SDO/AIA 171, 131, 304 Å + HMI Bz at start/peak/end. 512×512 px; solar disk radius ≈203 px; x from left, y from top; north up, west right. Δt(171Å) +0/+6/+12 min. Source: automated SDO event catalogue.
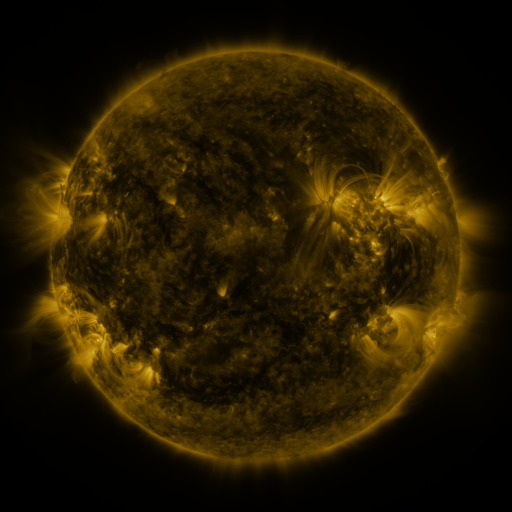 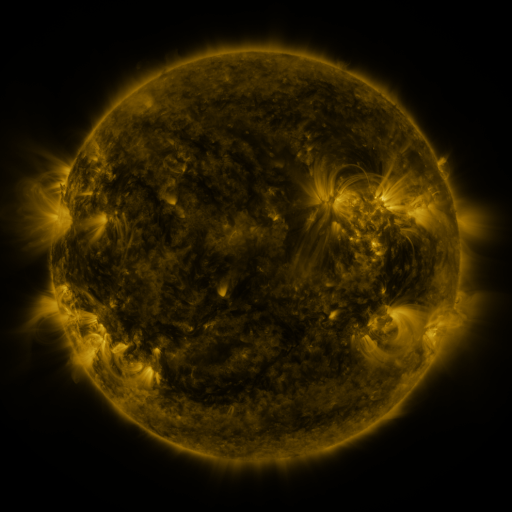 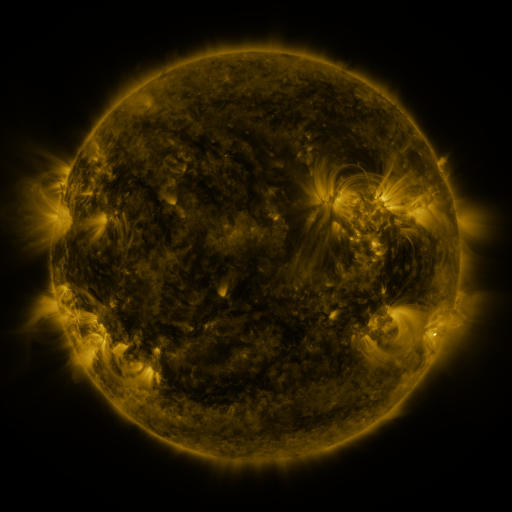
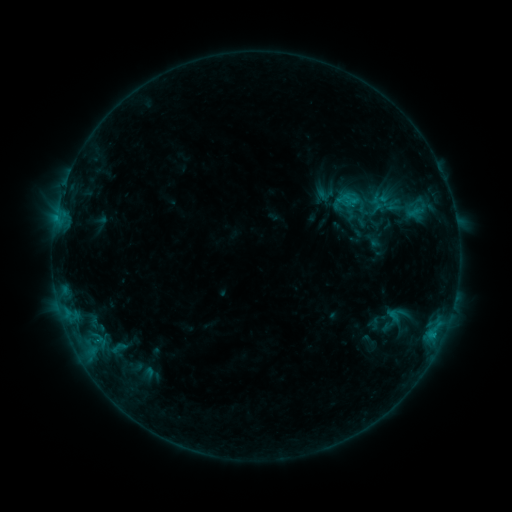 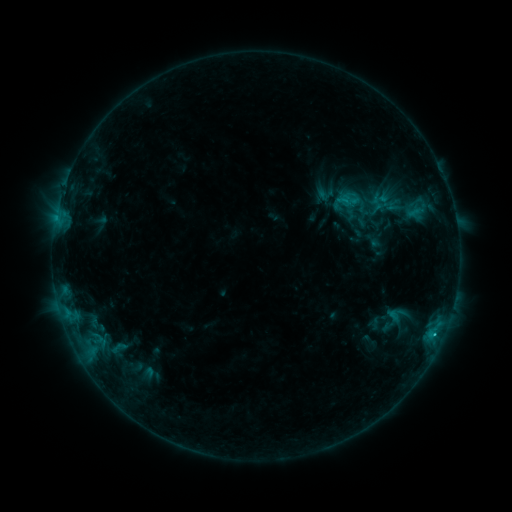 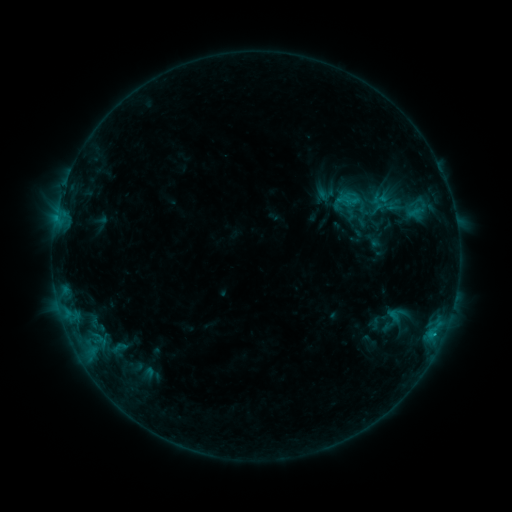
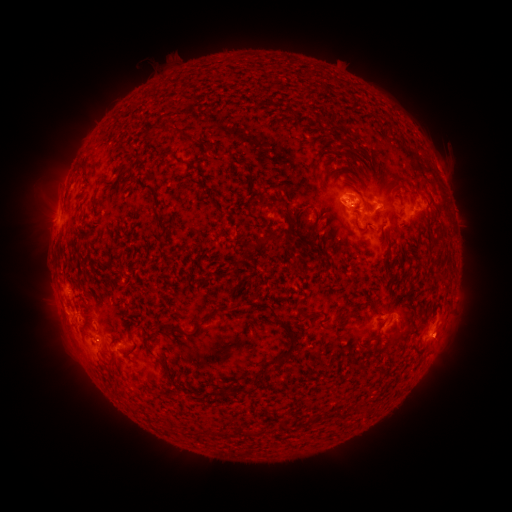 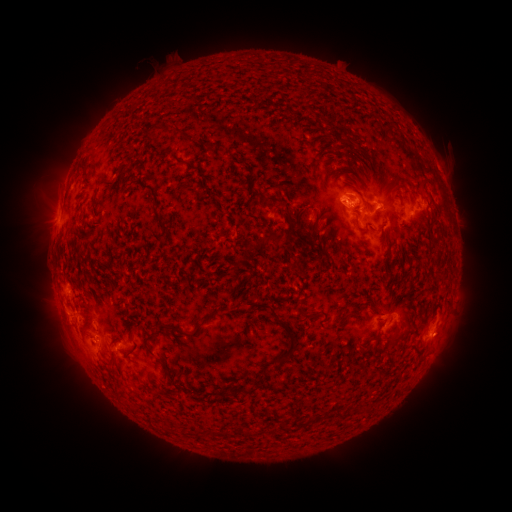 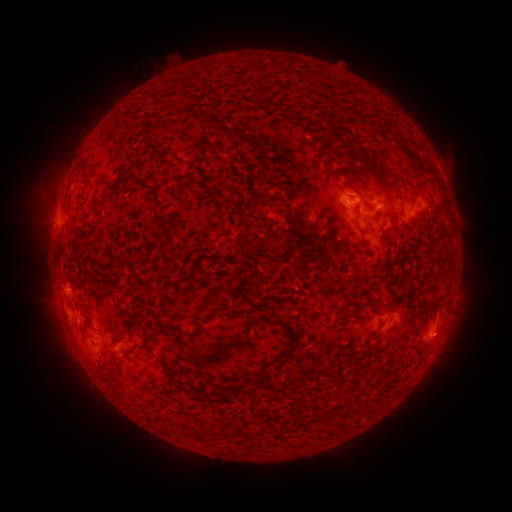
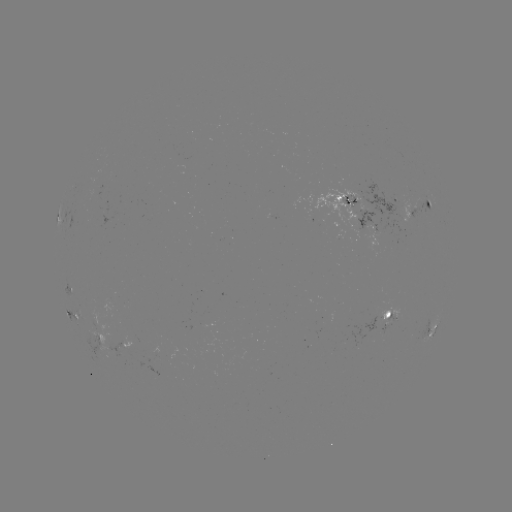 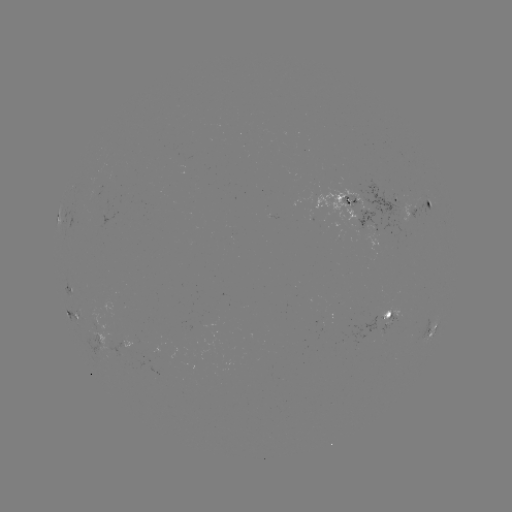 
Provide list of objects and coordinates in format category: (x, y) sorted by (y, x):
C1.2 flare: (435, 332)
